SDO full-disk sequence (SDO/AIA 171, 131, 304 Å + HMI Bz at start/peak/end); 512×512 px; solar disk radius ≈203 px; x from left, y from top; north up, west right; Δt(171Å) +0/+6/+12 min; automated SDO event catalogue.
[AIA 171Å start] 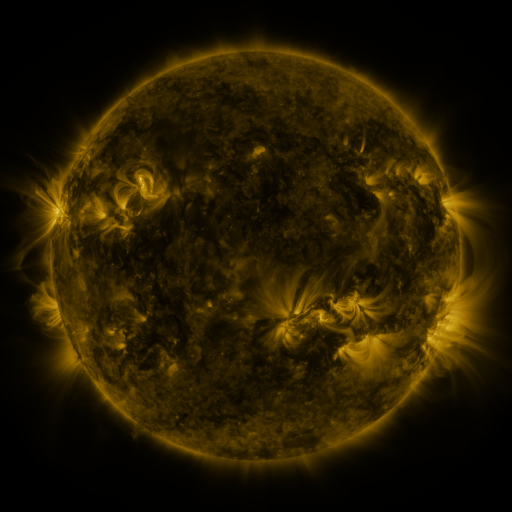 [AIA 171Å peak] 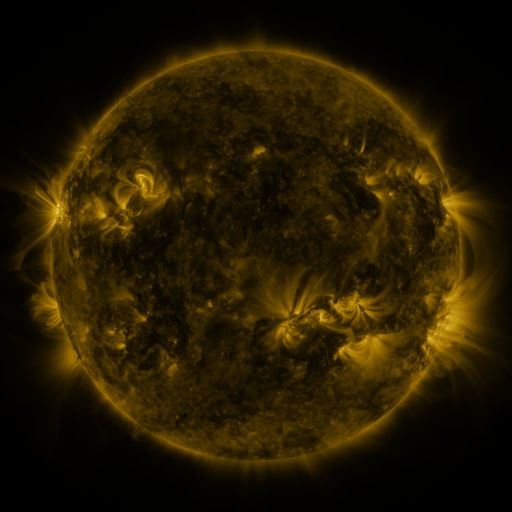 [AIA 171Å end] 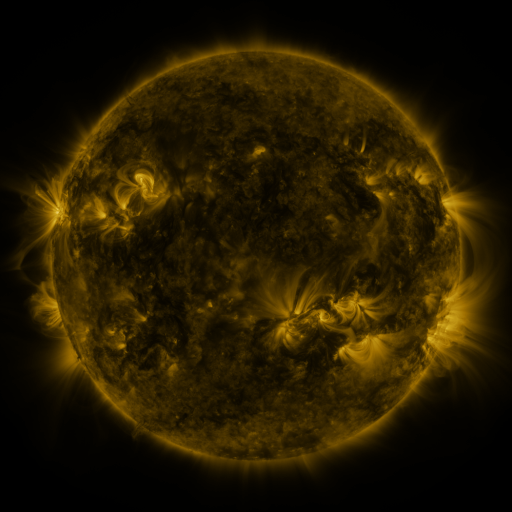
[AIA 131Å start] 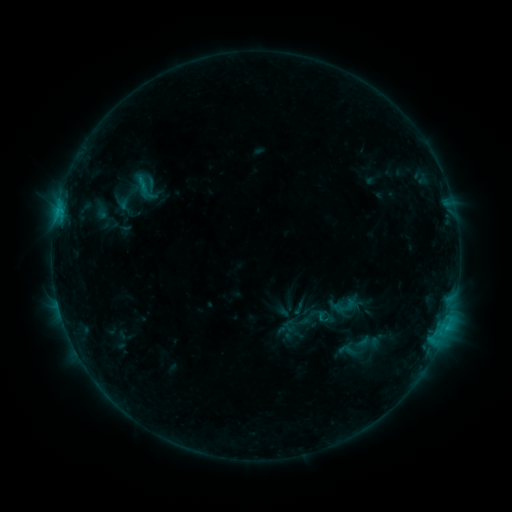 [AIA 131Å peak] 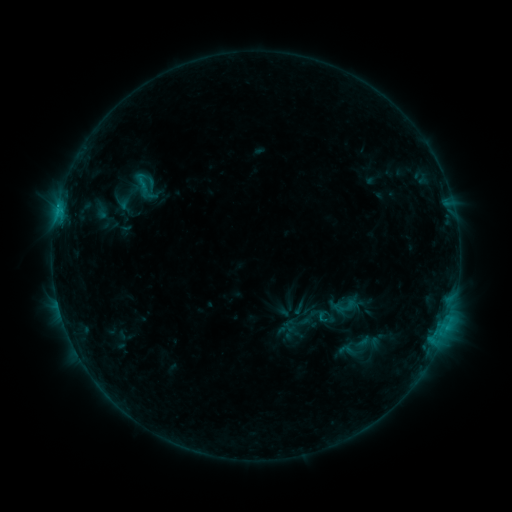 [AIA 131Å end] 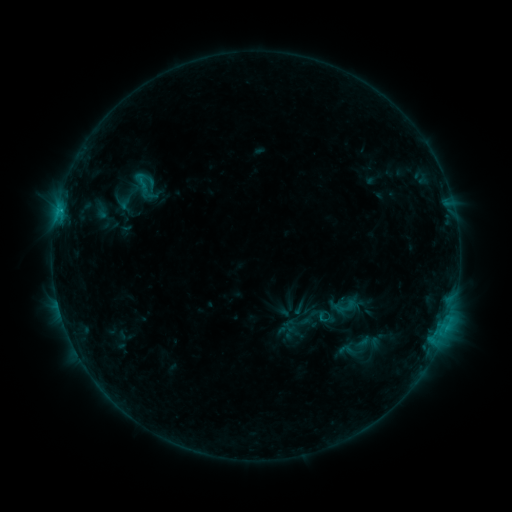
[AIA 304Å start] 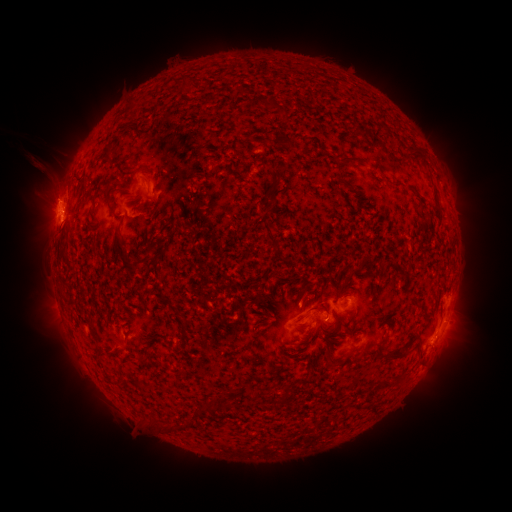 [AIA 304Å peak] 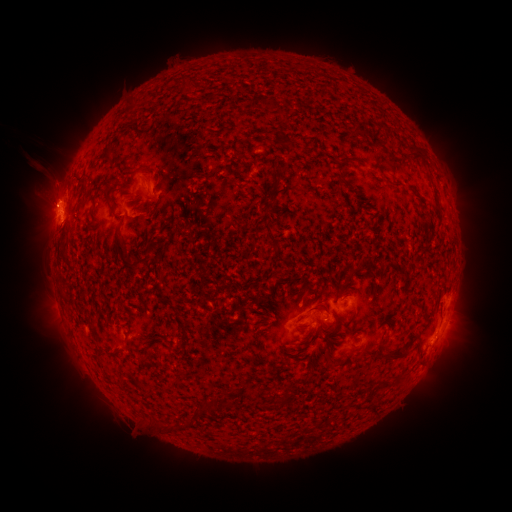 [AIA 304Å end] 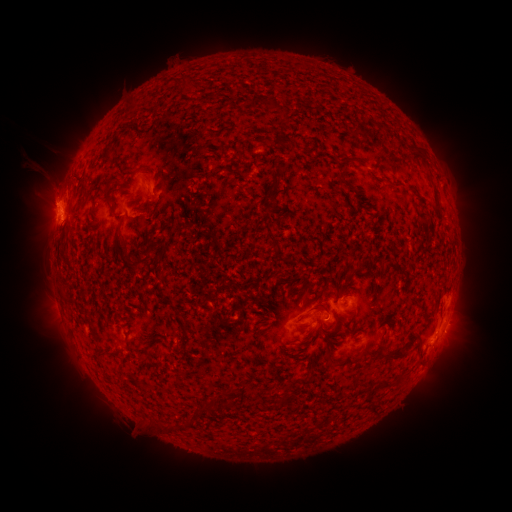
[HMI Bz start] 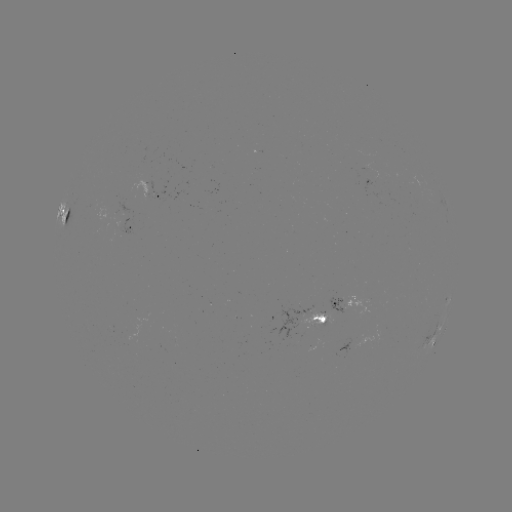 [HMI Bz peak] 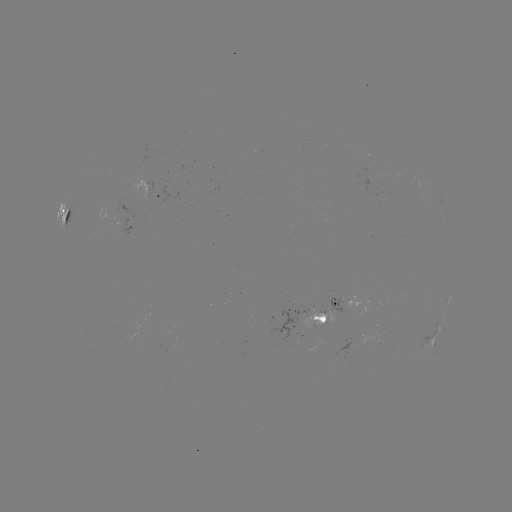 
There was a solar eruption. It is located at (47, 191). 